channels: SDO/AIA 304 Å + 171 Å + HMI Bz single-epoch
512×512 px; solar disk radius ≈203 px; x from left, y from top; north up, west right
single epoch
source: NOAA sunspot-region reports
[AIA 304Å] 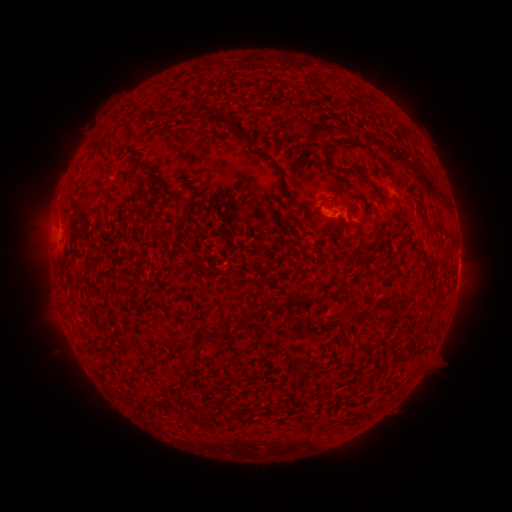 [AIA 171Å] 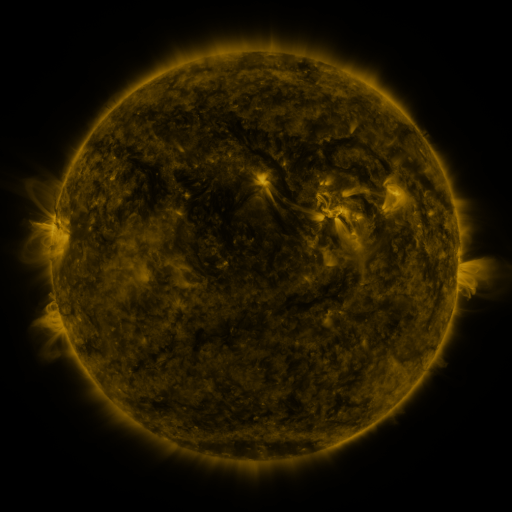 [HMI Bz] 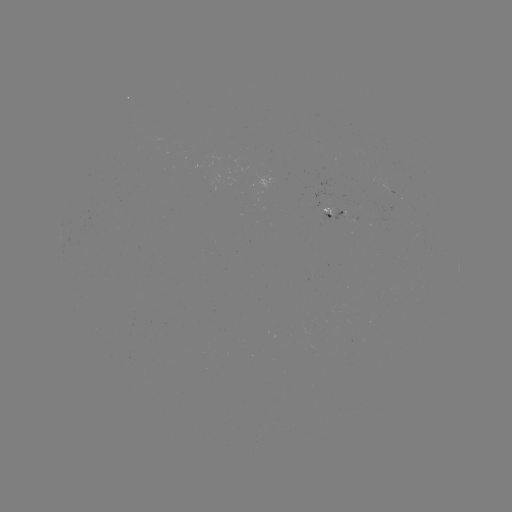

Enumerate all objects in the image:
spotted active region: (335, 211)
spotted active region: (458, 266)
